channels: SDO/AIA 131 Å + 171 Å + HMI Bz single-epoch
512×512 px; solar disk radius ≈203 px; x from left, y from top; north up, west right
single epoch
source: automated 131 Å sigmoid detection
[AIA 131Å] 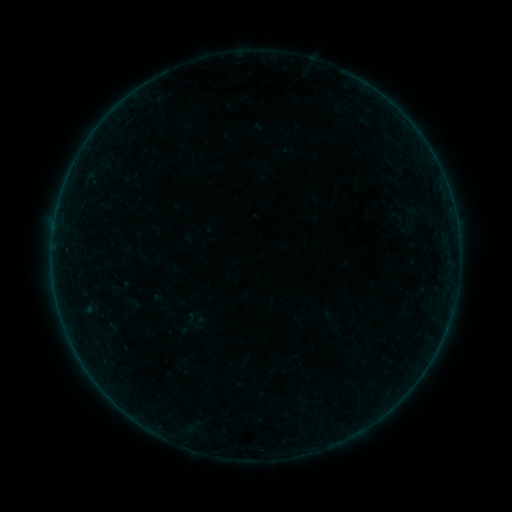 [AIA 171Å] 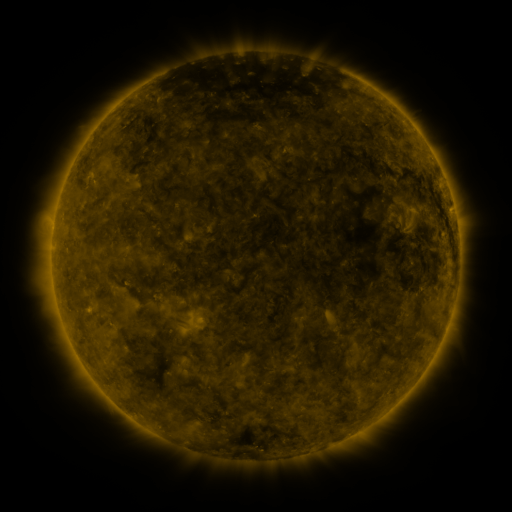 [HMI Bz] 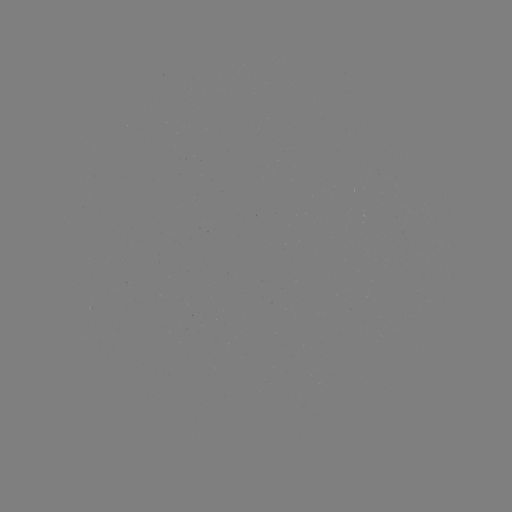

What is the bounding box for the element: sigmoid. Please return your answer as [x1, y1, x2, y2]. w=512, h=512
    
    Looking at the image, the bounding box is [391, 205, 430, 234].